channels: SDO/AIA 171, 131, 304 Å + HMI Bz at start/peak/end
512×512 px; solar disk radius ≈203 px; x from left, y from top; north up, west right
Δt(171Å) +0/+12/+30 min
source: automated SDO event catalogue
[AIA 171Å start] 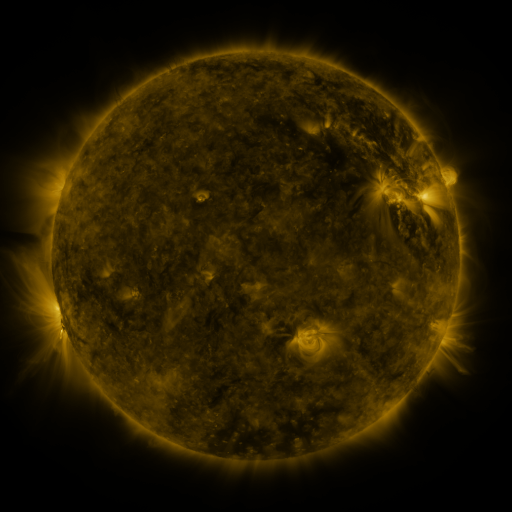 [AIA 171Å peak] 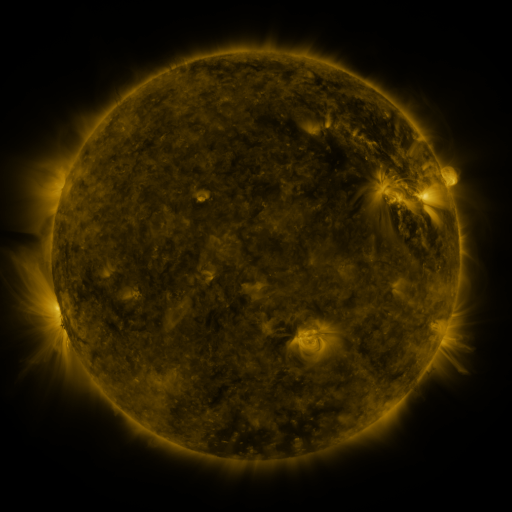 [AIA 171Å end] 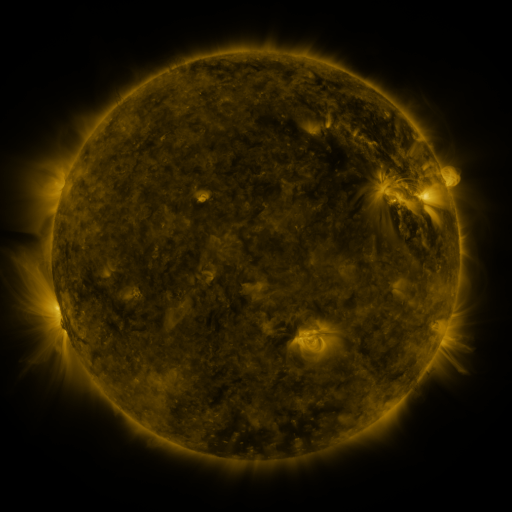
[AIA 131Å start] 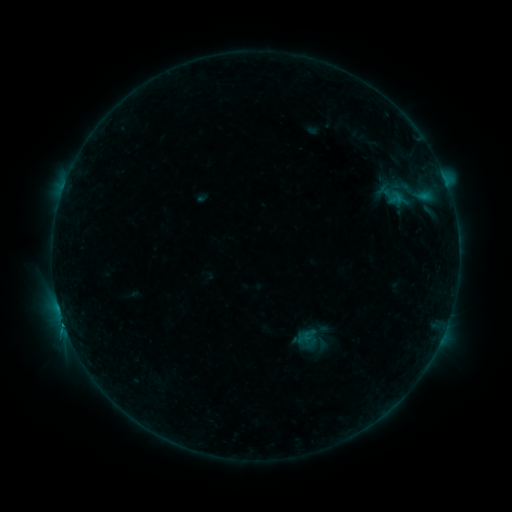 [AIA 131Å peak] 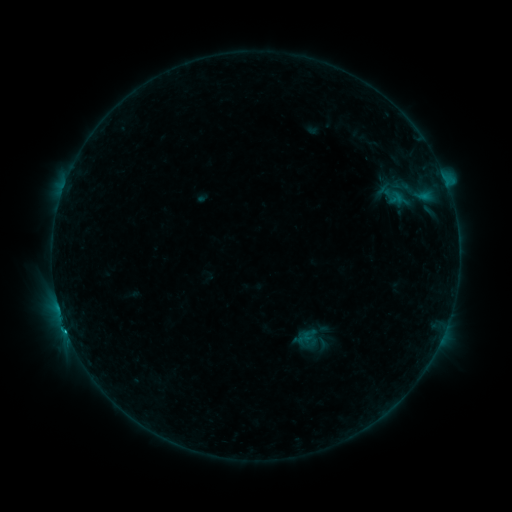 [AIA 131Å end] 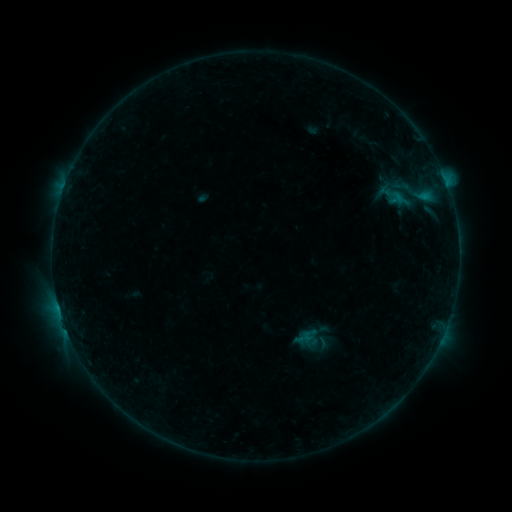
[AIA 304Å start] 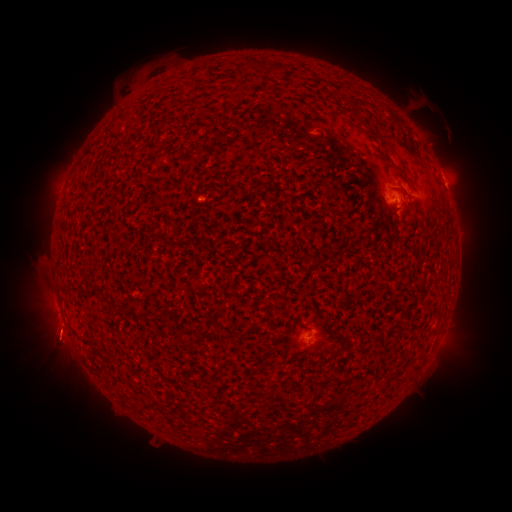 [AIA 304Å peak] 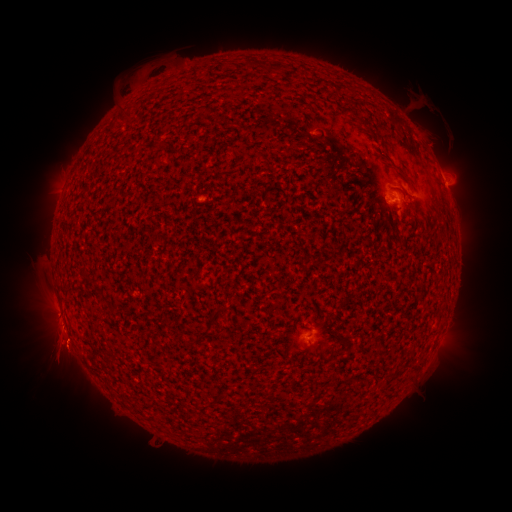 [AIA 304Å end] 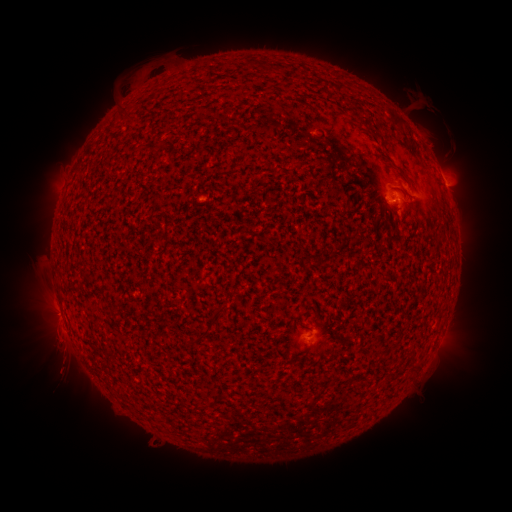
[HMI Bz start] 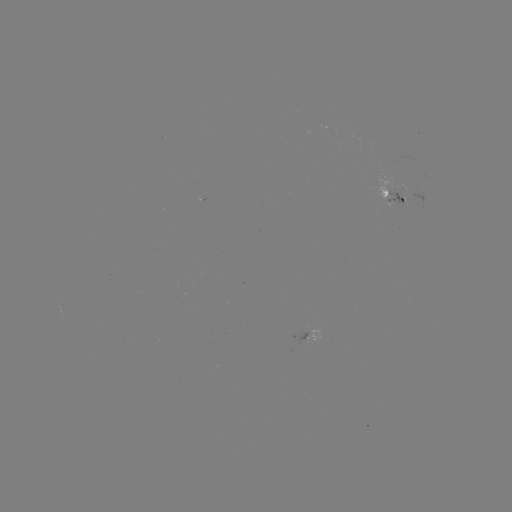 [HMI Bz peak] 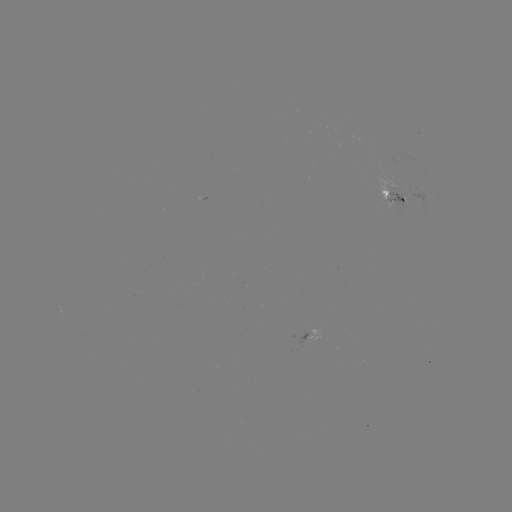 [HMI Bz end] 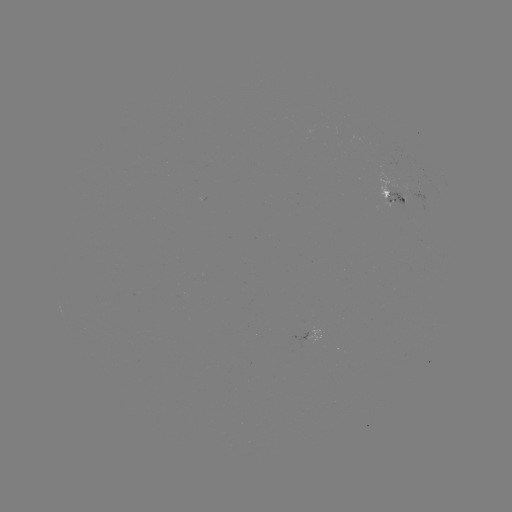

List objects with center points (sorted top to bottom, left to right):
eruption: (60, 357)
